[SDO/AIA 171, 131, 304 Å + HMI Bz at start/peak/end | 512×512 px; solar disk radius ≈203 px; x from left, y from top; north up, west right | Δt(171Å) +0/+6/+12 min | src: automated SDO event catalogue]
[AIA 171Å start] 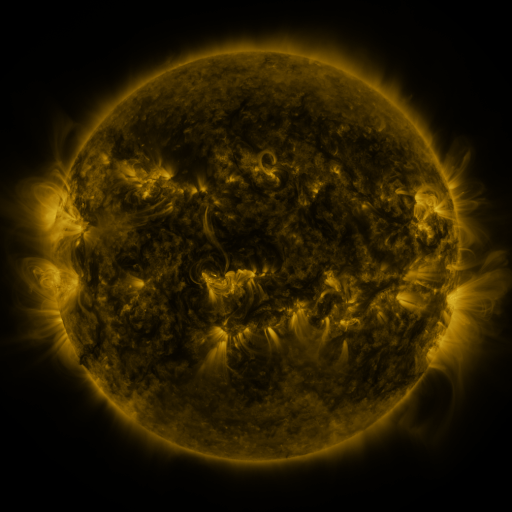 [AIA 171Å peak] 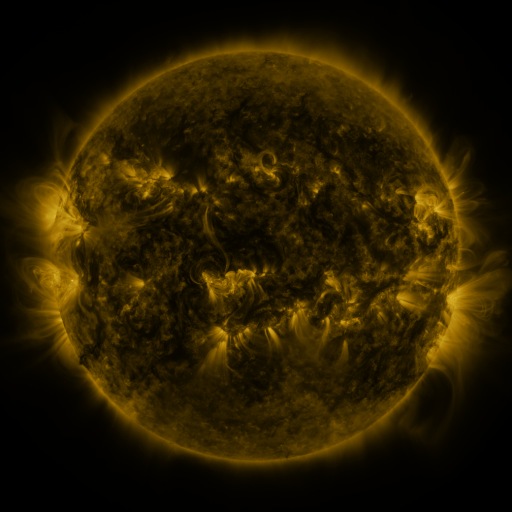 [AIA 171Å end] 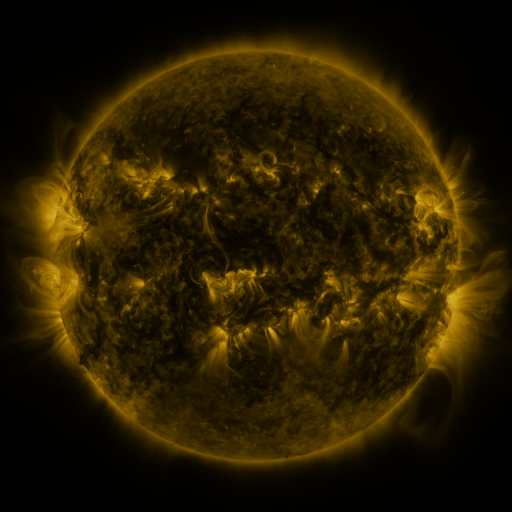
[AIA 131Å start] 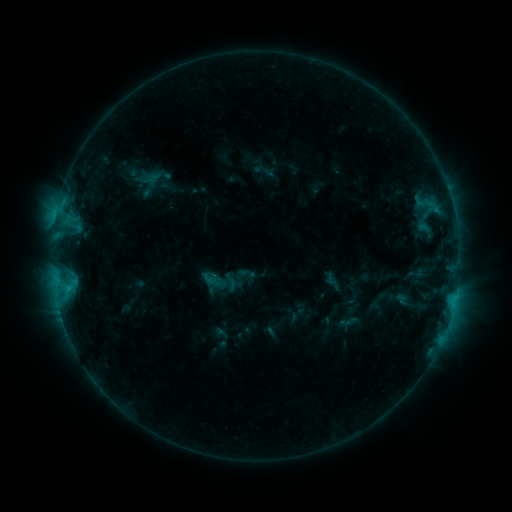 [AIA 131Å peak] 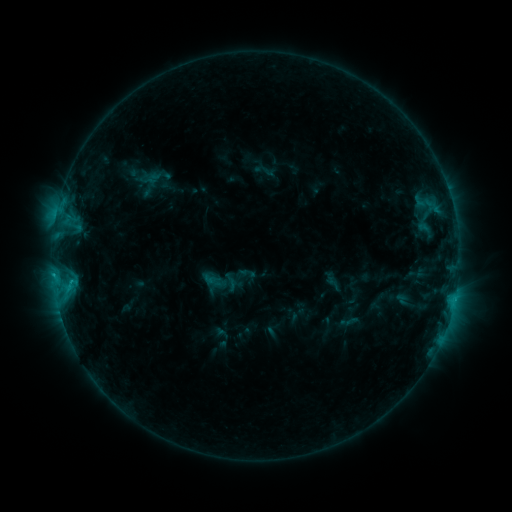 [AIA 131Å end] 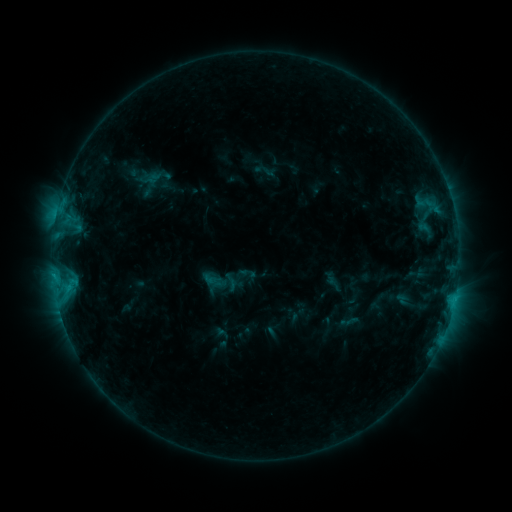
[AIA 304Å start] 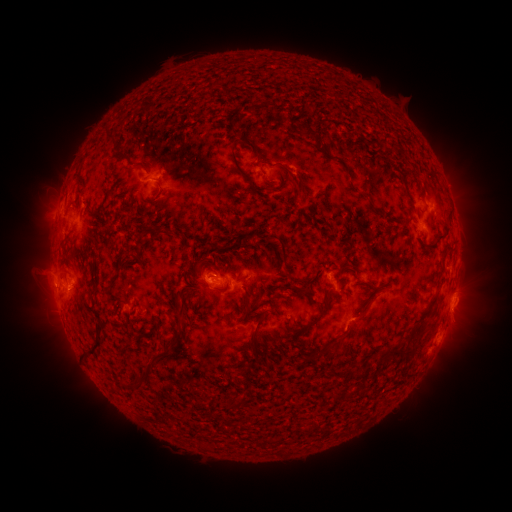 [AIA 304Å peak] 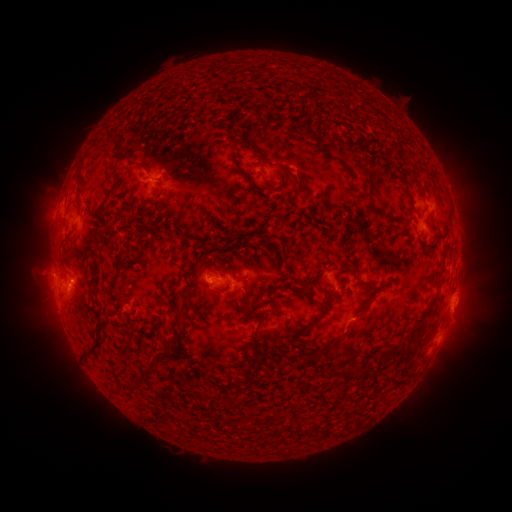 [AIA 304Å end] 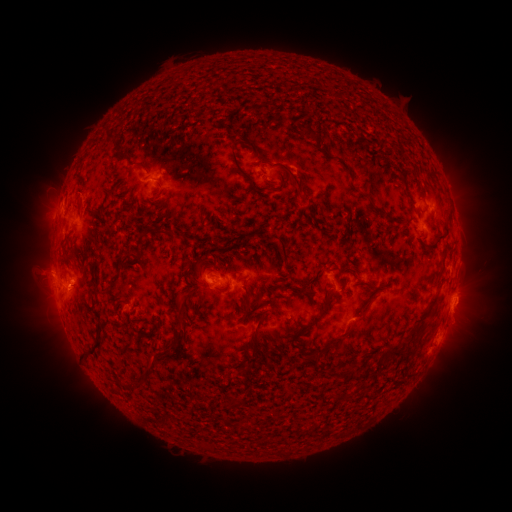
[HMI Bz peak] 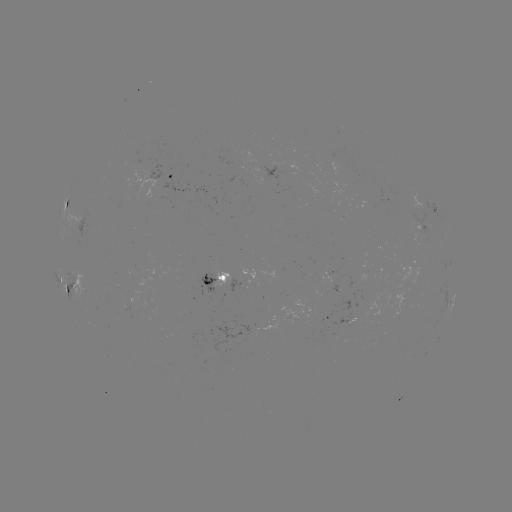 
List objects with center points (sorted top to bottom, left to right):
C1.2 flare: (53, 273)
